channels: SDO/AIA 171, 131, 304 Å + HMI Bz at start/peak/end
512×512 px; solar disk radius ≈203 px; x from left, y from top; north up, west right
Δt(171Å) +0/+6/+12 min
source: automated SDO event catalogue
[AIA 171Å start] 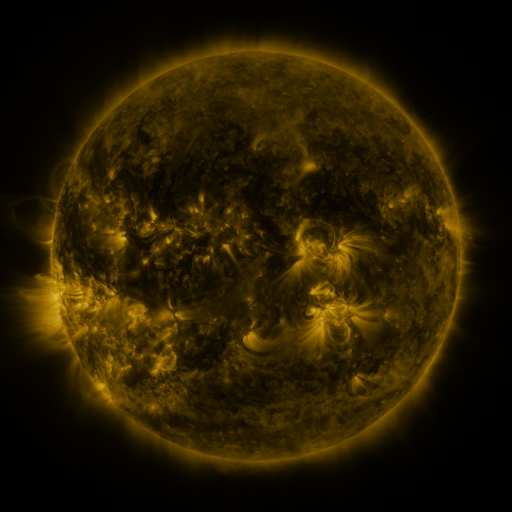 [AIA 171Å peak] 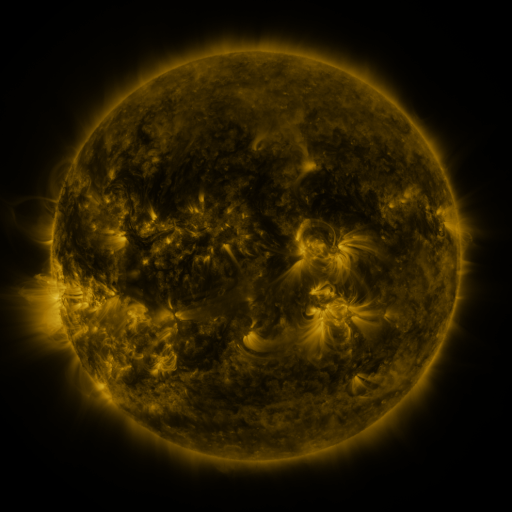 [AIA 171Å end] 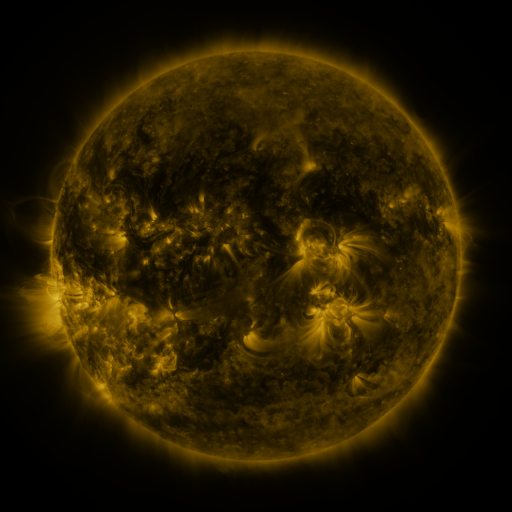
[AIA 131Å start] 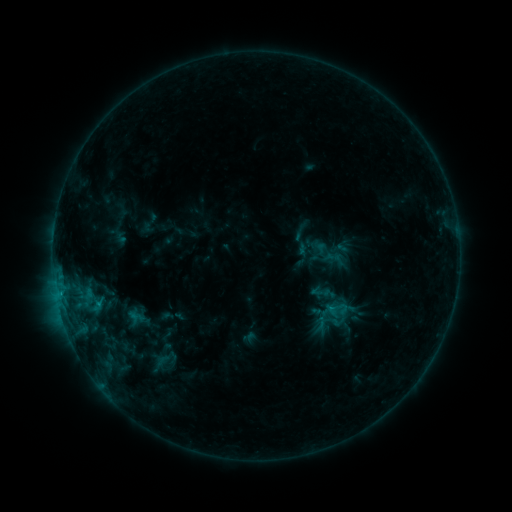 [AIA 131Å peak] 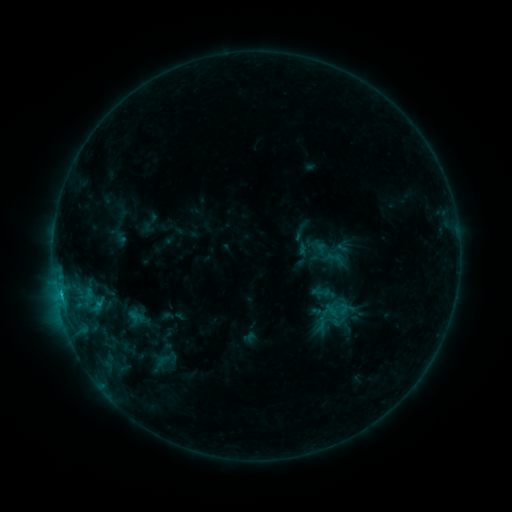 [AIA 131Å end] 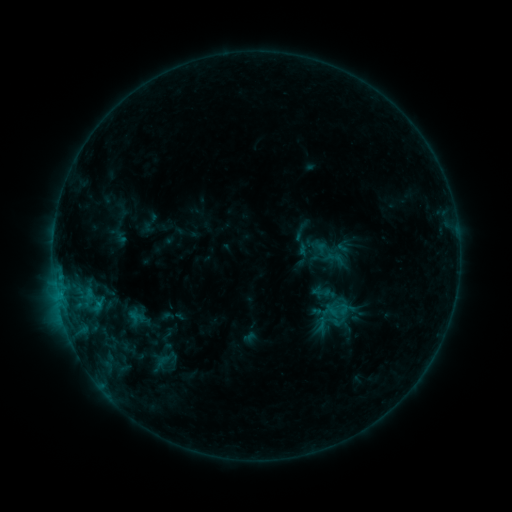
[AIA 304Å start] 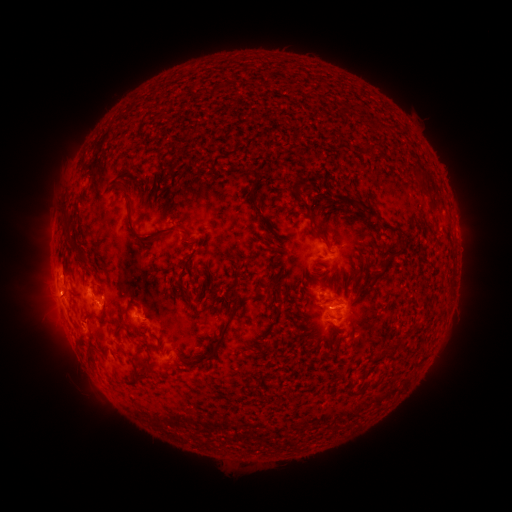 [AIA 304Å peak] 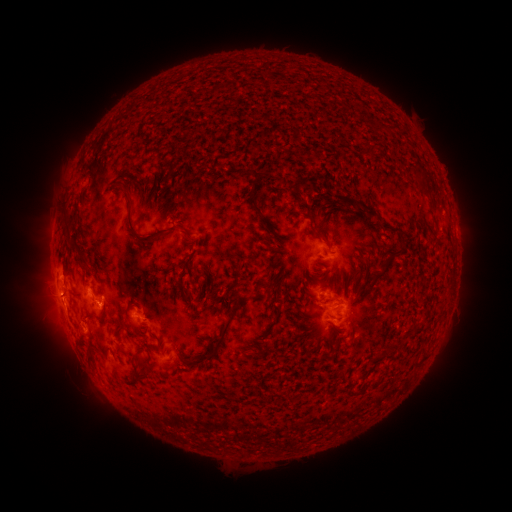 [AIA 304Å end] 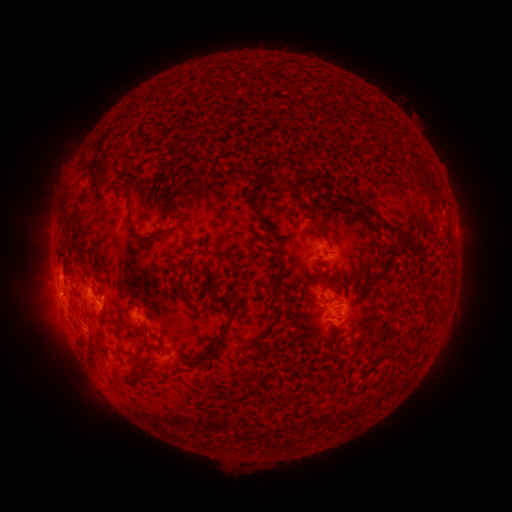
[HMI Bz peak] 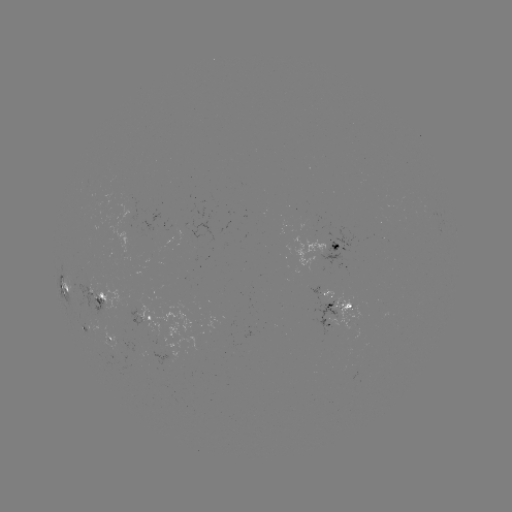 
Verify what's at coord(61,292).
C1.0 flare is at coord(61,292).